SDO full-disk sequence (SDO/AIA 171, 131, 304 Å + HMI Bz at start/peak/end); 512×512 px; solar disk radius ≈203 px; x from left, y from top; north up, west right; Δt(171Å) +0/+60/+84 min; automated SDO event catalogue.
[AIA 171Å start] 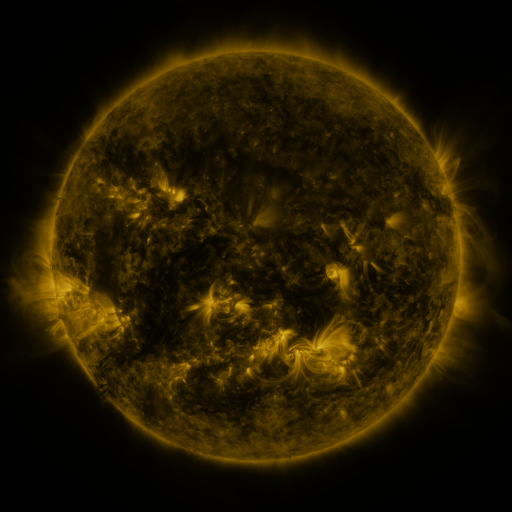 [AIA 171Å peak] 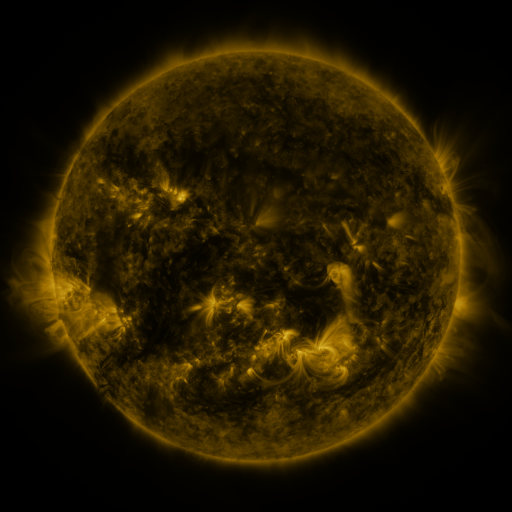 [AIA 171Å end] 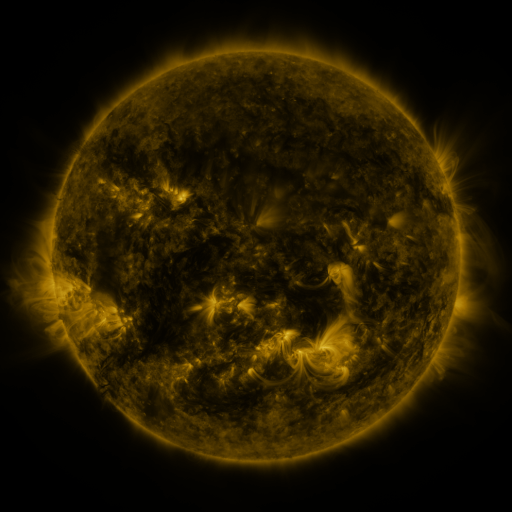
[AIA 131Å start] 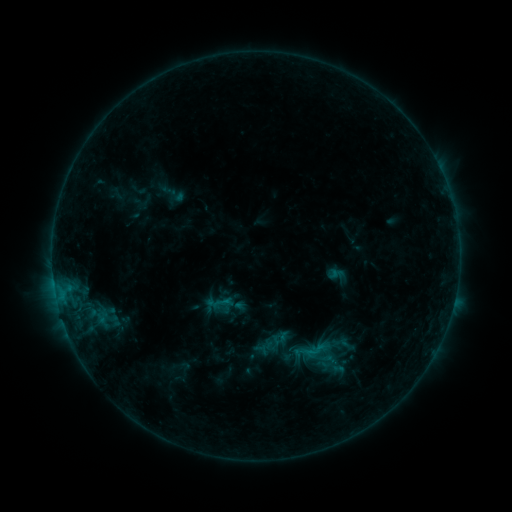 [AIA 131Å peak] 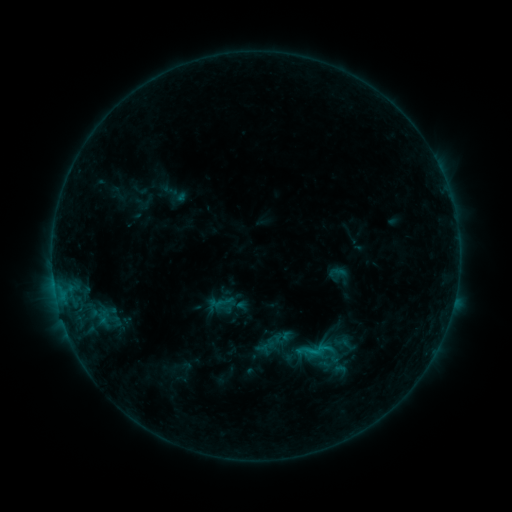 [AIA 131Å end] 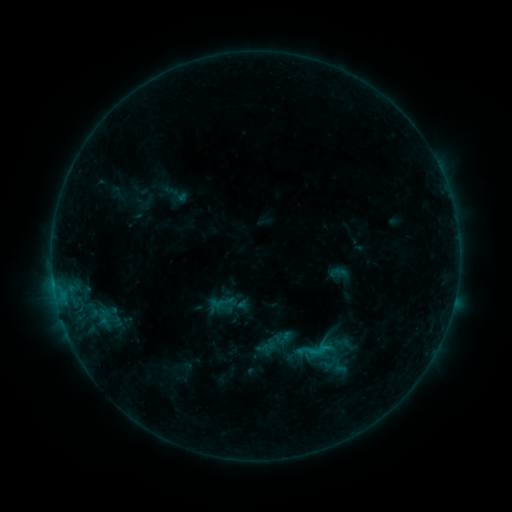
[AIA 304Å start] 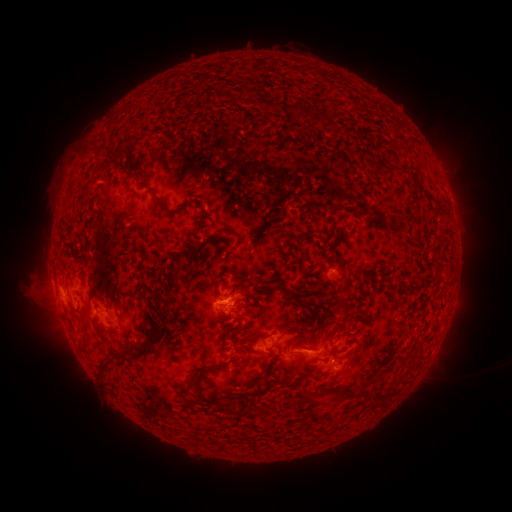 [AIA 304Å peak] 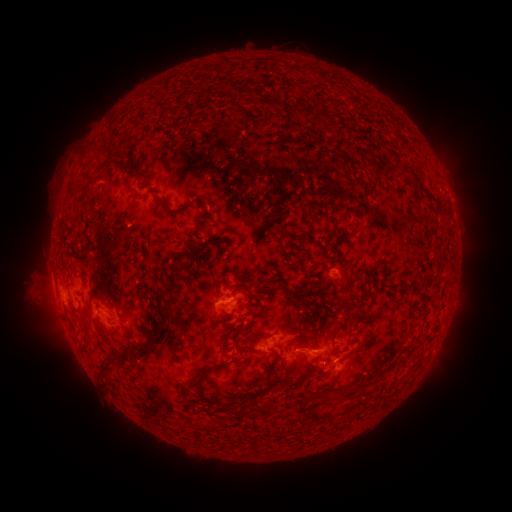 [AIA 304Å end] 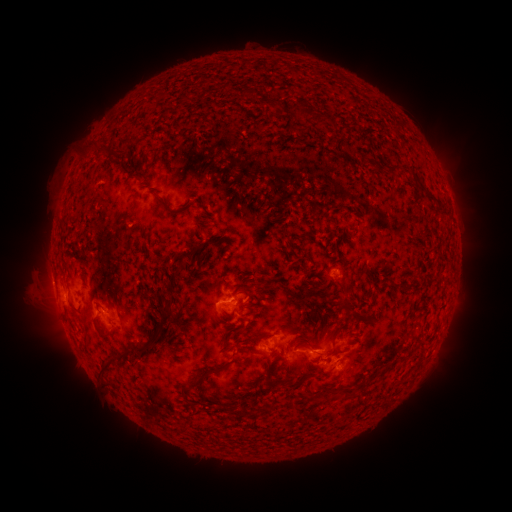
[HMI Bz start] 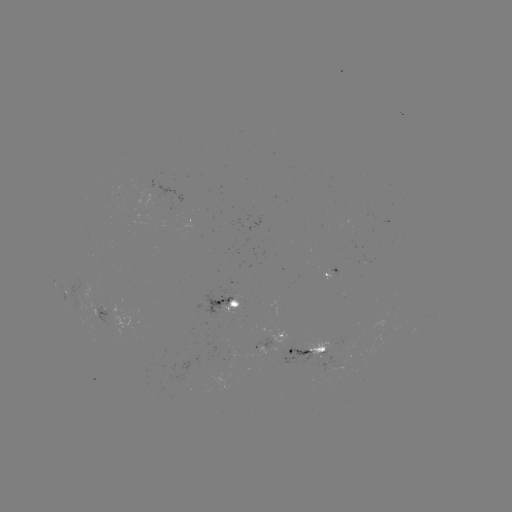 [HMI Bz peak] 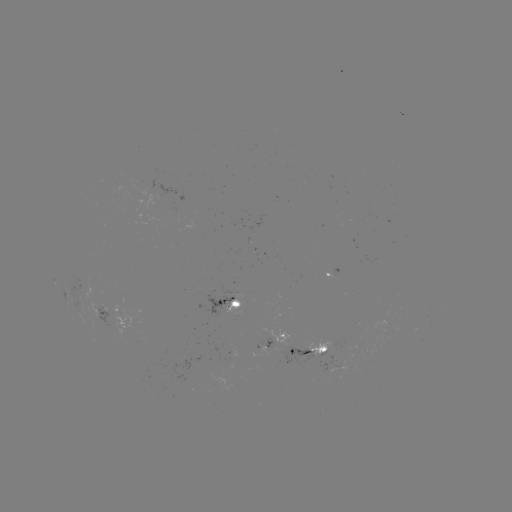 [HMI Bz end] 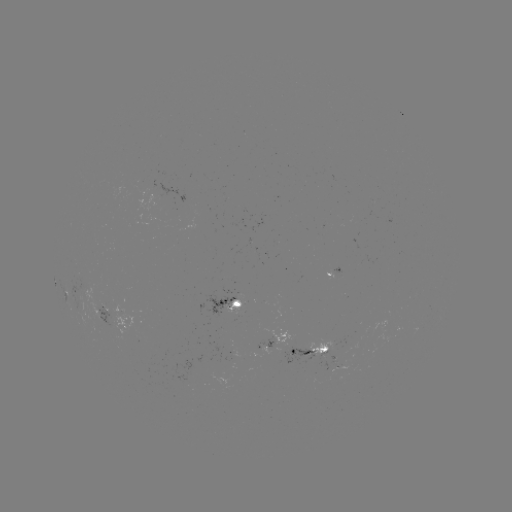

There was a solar emerging-flux region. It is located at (347, 343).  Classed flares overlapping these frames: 1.